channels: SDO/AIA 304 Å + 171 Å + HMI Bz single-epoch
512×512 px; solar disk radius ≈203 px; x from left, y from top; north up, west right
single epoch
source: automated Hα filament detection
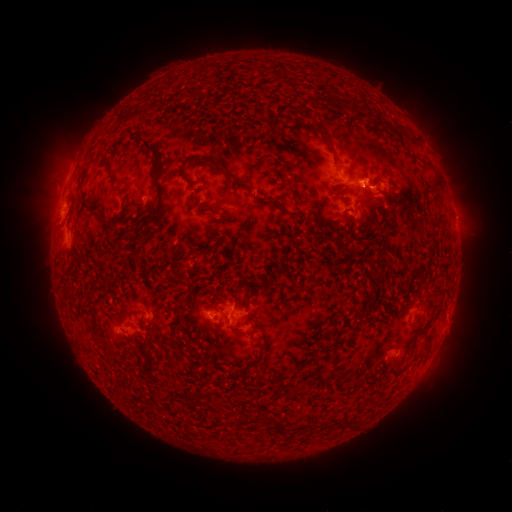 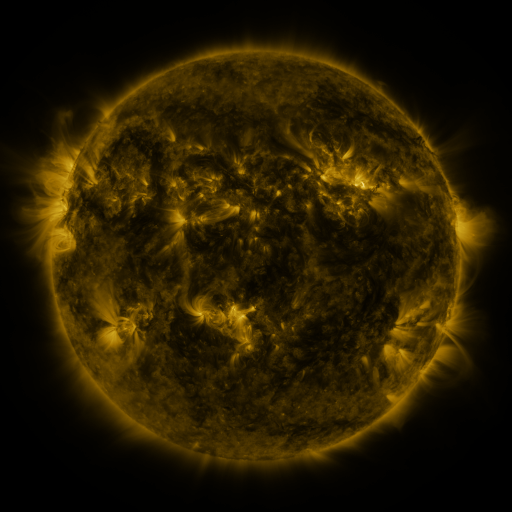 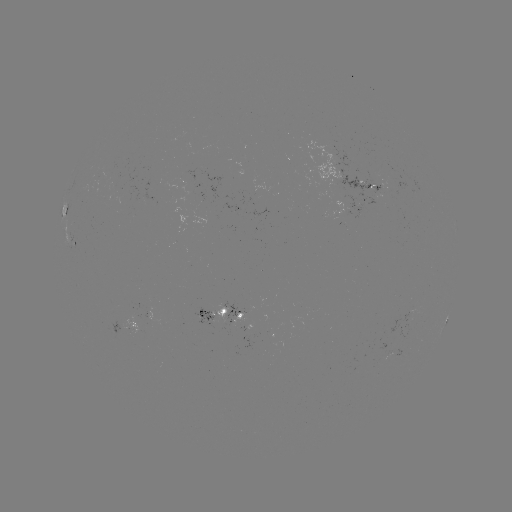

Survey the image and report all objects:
filament: [139, 136, 160, 157]
filament: [323, 136, 337, 157]
filament: [218, 166, 250, 189]
filament: [154, 182, 164, 215]
filament: [80, 198, 114, 230]
filament: [138, 229, 147, 239]
filament: [376, 270, 385, 280]
filament: [251, 283, 262, 293]
filament: [227, 323, 237, 334]
filament: [266, 416, 286, 433]
